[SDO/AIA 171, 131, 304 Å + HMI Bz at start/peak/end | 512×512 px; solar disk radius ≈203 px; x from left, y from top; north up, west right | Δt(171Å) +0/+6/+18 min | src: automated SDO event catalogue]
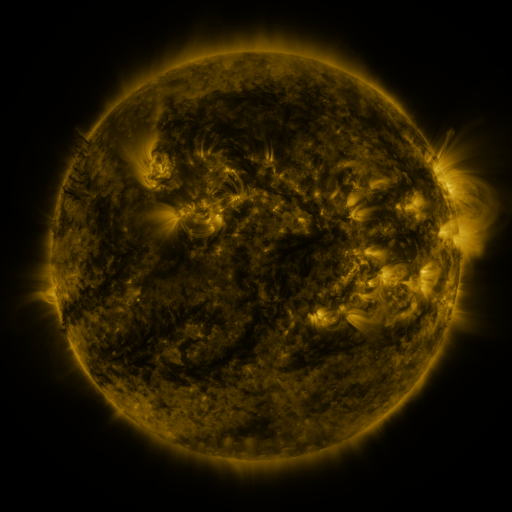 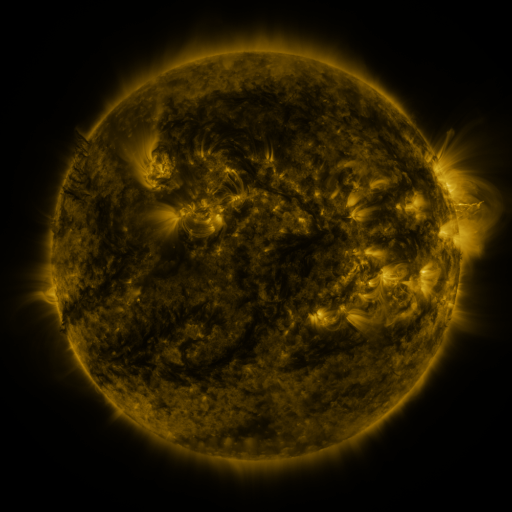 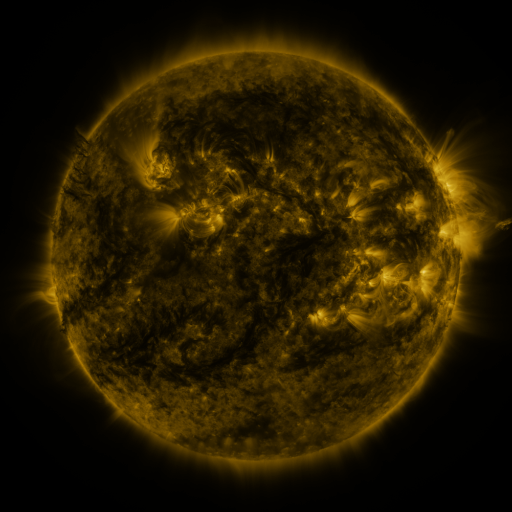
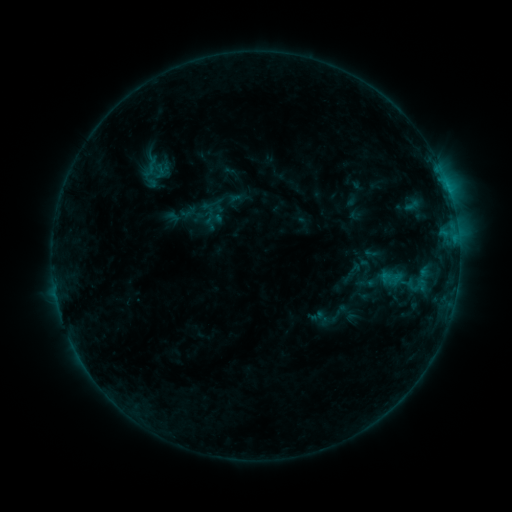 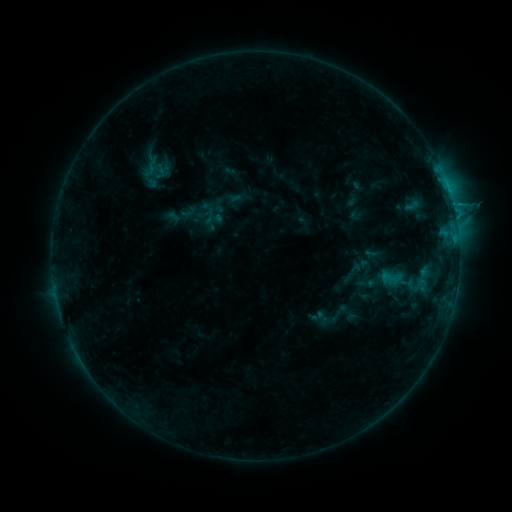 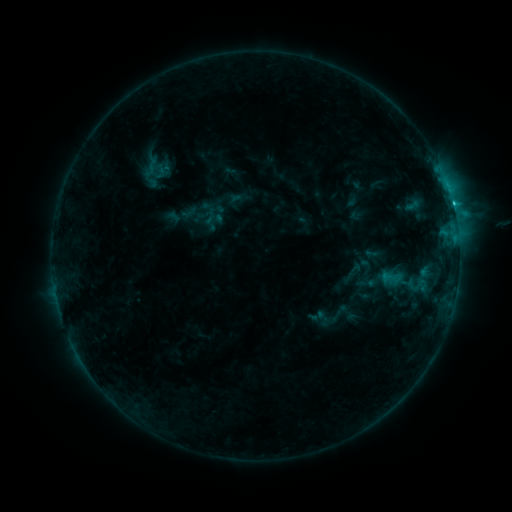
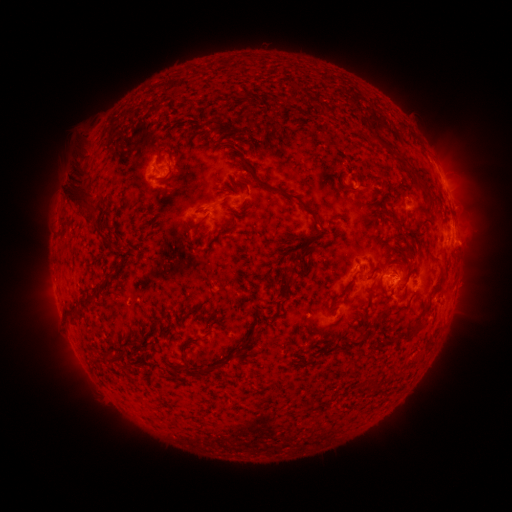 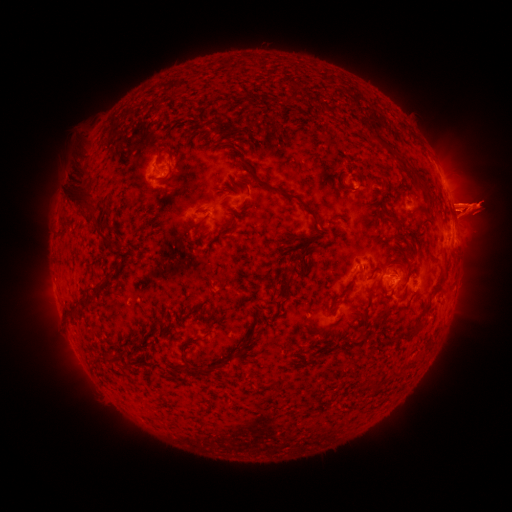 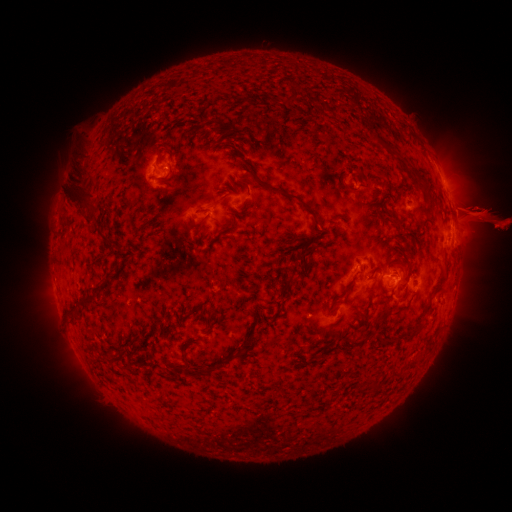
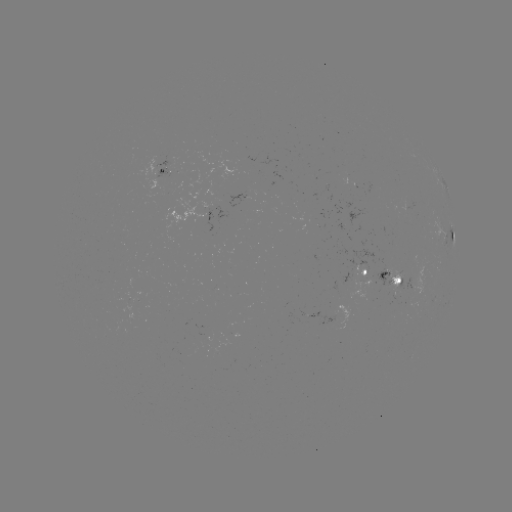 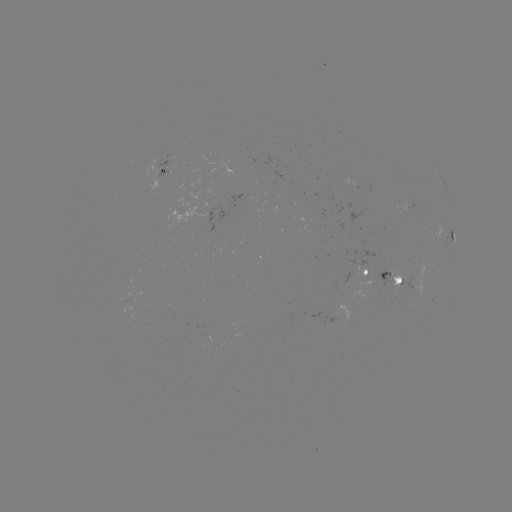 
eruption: <bbox>457, 282, 503, 307</bbox>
